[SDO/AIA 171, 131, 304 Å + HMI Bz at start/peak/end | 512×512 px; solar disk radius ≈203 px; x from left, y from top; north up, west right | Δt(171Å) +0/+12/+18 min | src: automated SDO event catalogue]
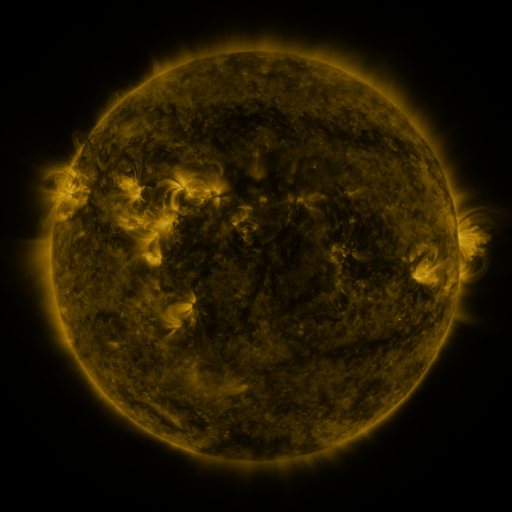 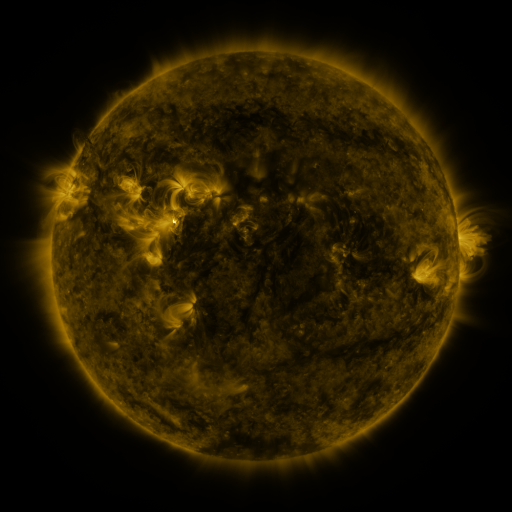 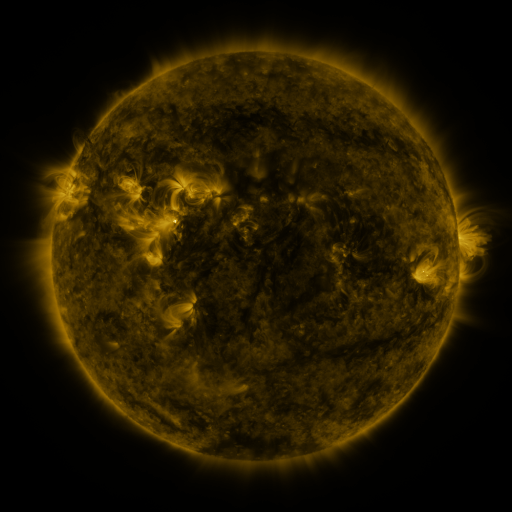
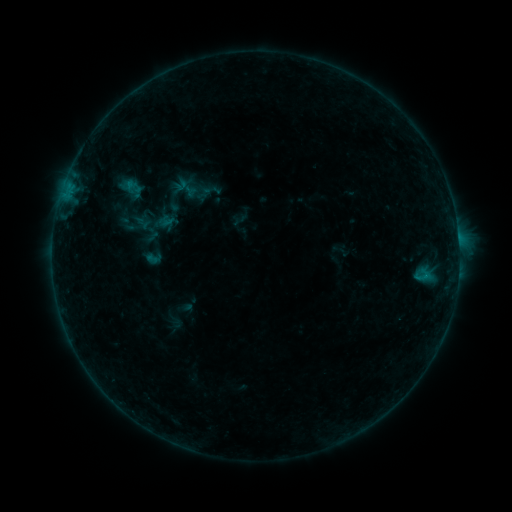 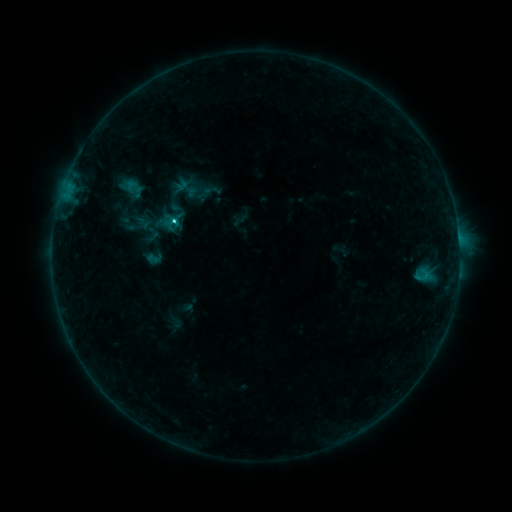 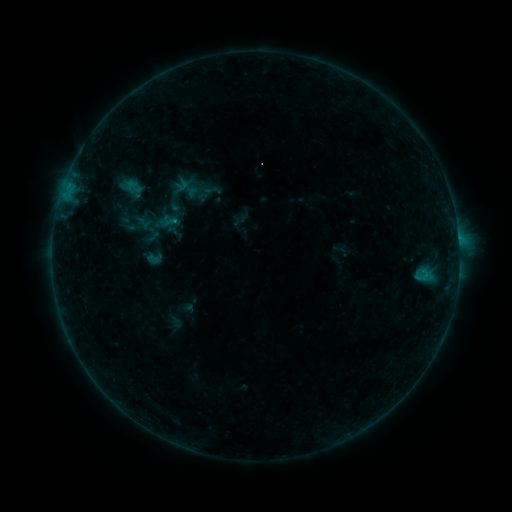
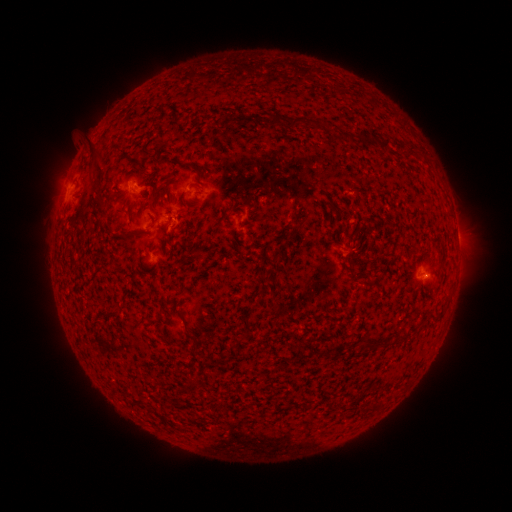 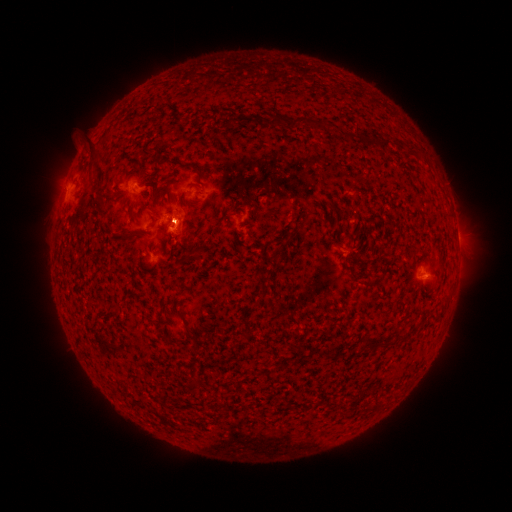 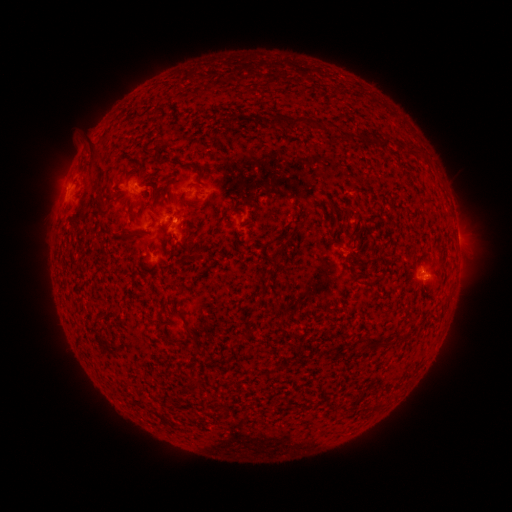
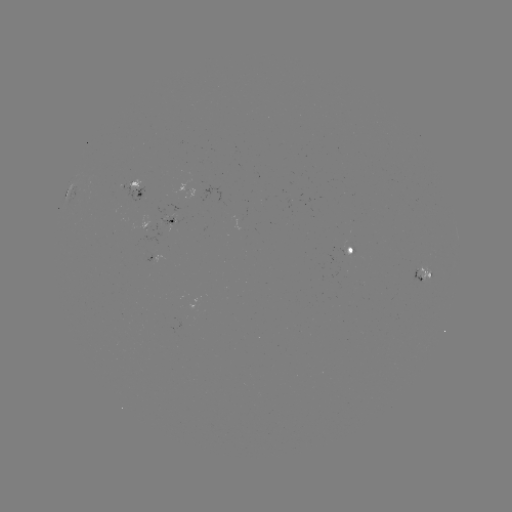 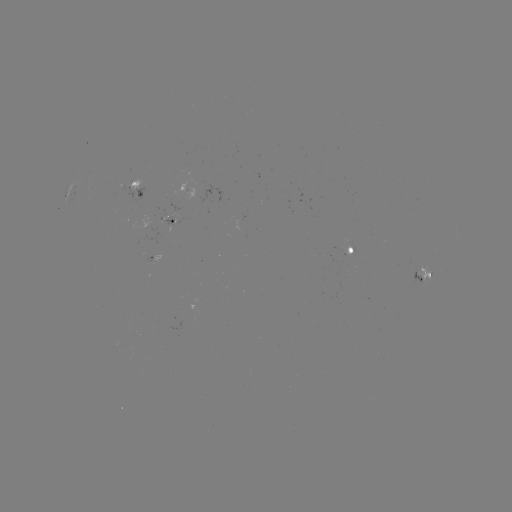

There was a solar flare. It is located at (176, 223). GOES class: C1.7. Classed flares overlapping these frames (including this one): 1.